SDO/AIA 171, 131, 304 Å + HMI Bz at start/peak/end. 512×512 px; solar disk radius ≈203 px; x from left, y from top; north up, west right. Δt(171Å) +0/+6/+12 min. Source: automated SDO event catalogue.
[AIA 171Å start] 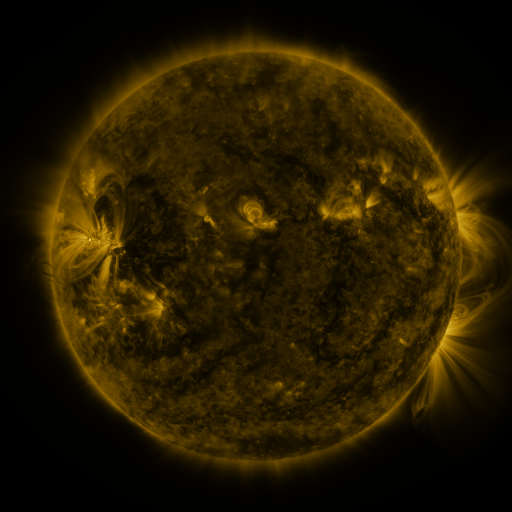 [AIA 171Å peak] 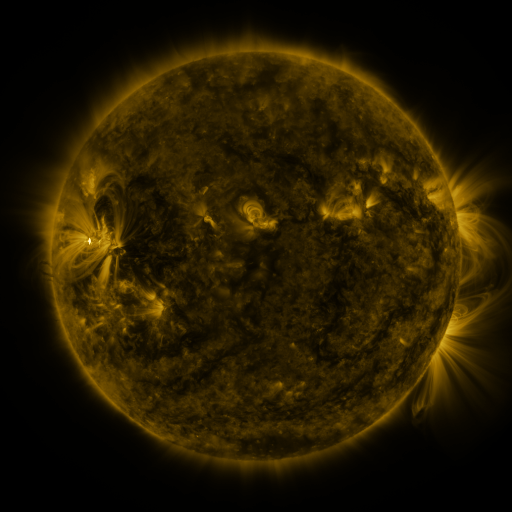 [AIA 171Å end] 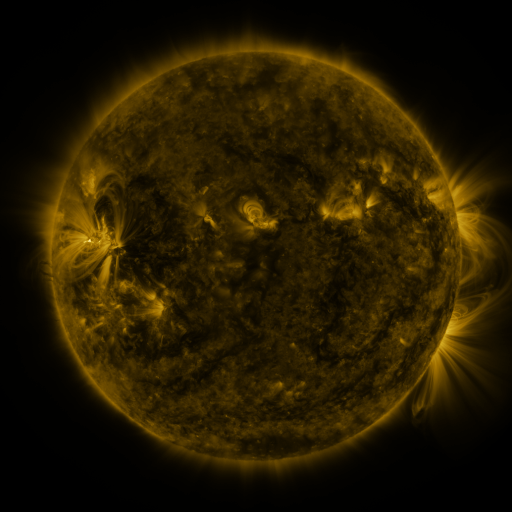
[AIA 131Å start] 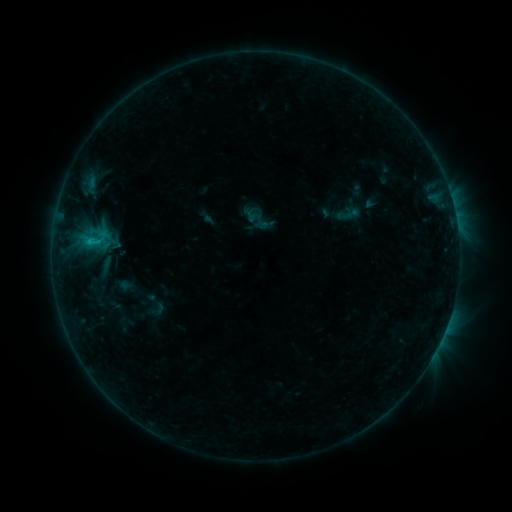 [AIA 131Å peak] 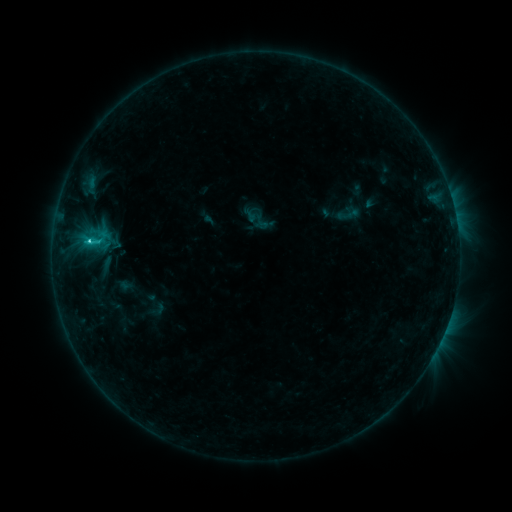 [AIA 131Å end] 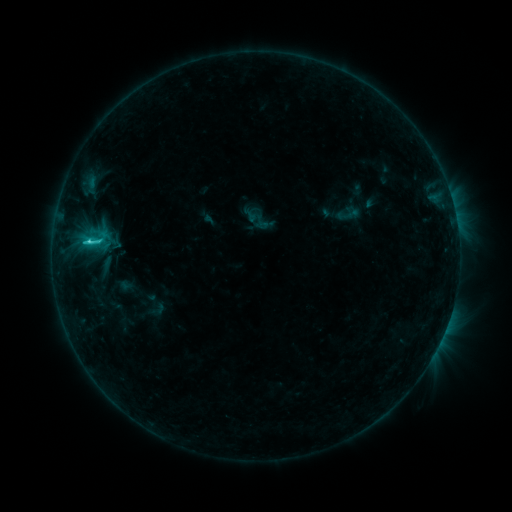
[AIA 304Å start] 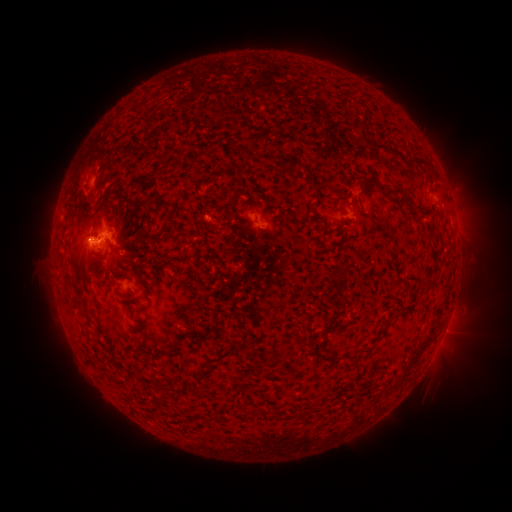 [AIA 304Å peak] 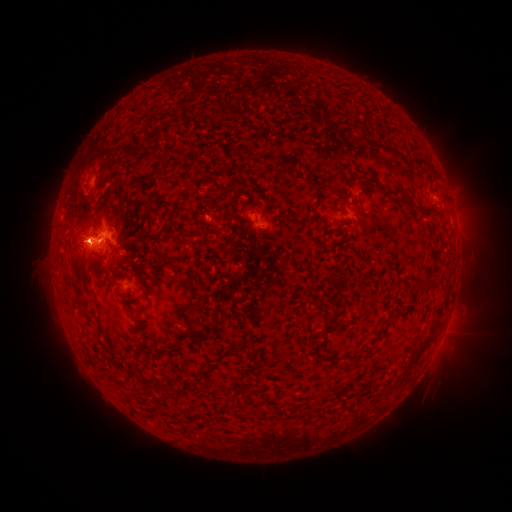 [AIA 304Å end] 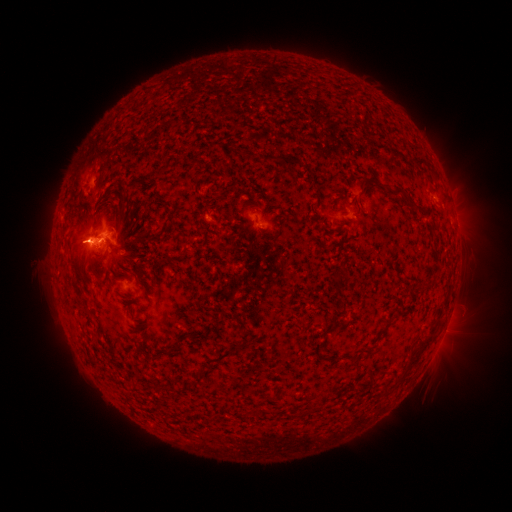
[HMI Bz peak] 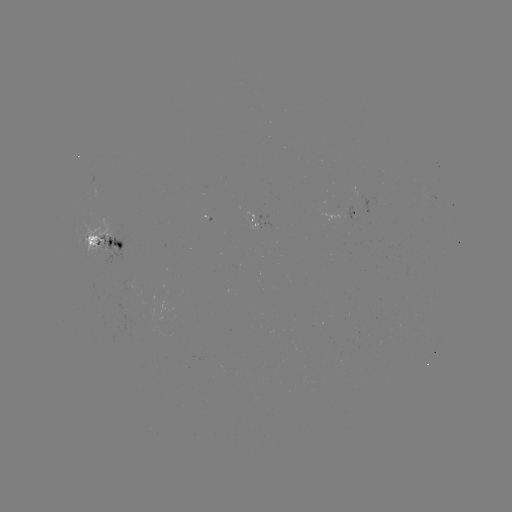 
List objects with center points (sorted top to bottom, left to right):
C5.2 flare: (90, 243)
